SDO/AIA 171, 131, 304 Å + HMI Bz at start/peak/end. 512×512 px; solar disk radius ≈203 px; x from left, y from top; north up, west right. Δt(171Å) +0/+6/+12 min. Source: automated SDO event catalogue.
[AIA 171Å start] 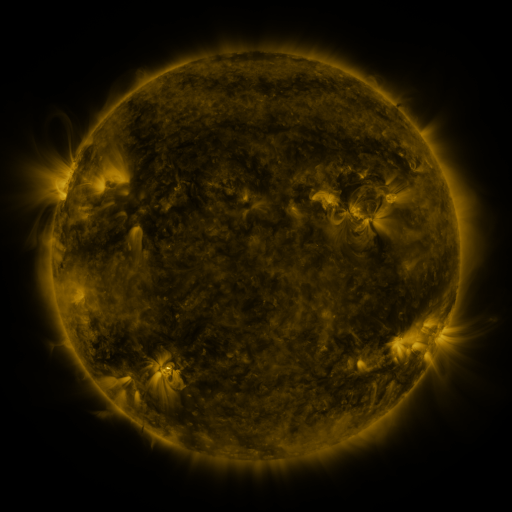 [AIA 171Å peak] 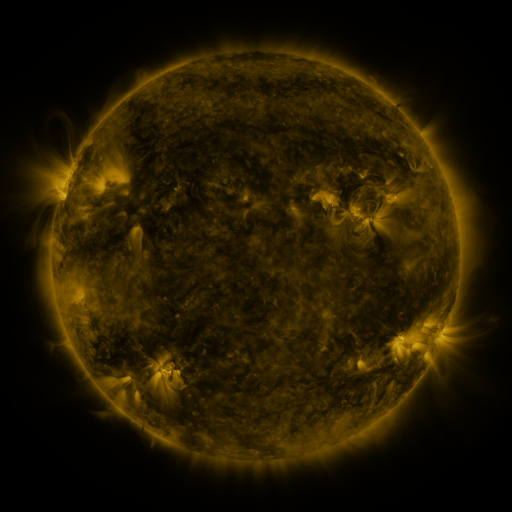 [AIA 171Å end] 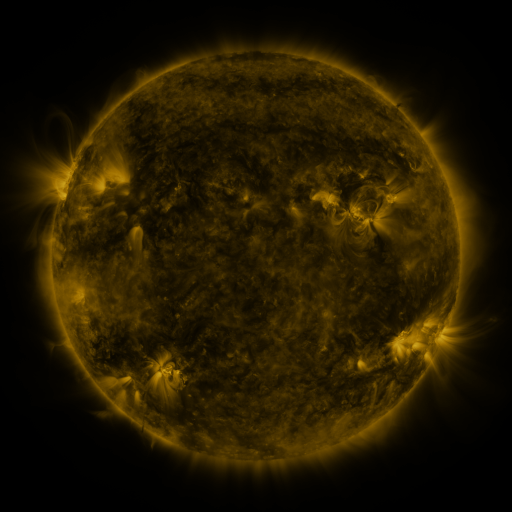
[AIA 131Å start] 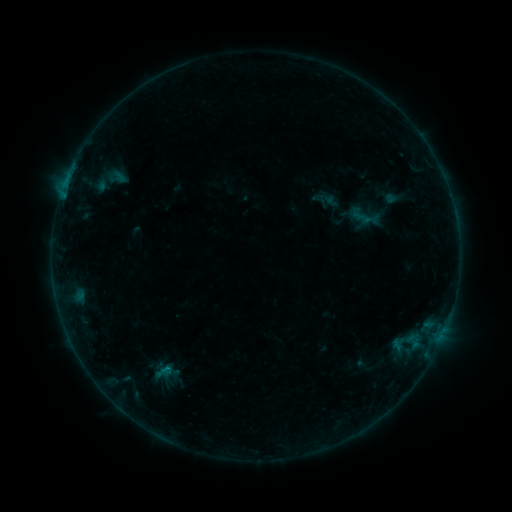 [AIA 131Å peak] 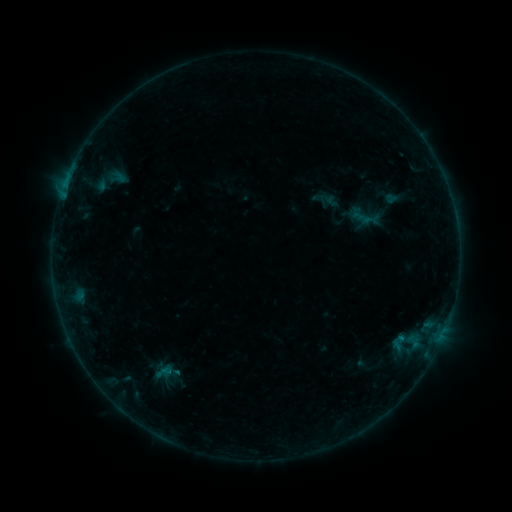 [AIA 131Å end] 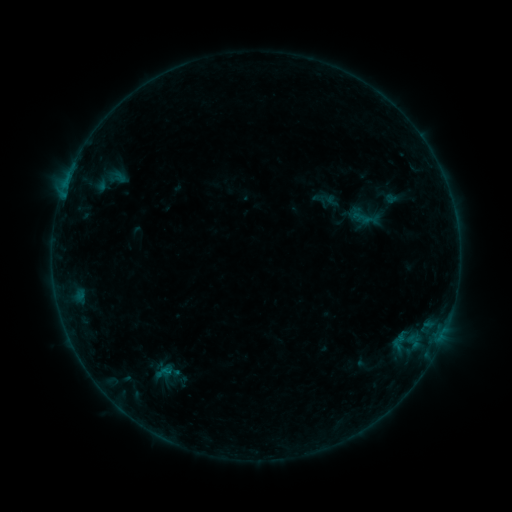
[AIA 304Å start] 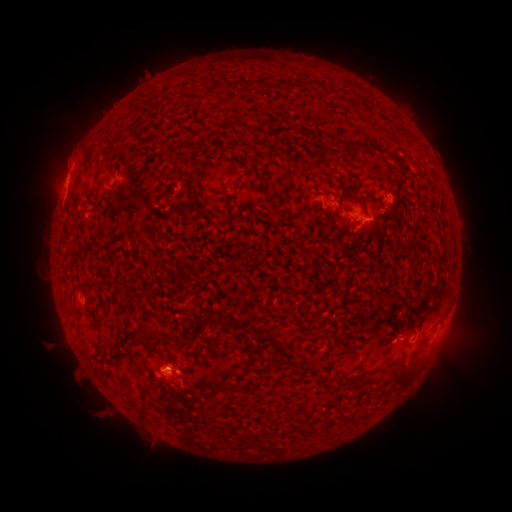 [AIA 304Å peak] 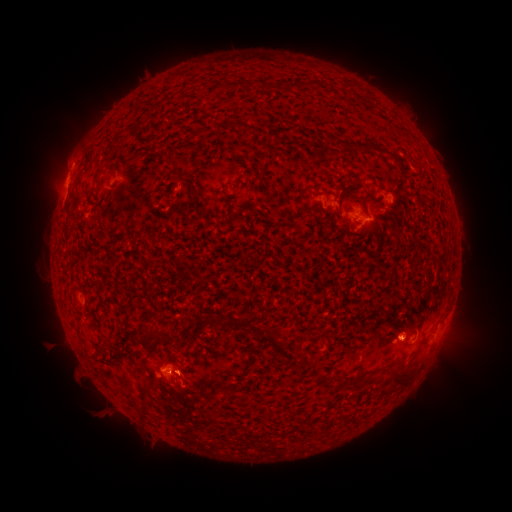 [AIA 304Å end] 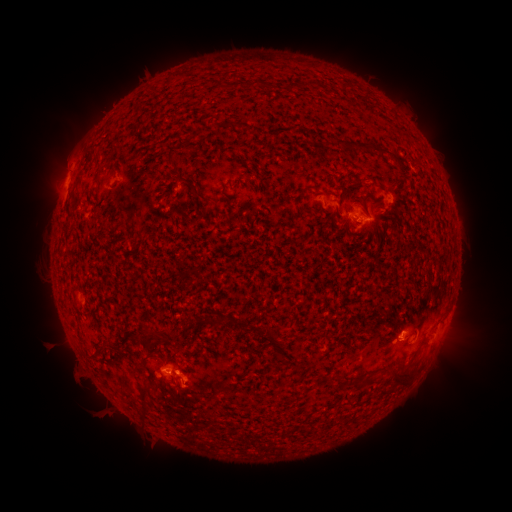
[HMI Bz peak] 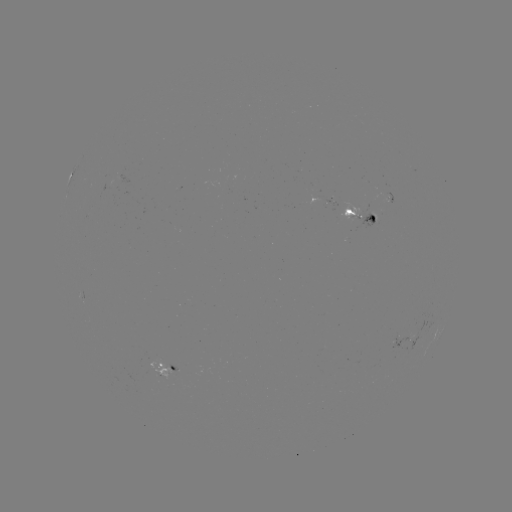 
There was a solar eruption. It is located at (406, 337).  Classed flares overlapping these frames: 1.